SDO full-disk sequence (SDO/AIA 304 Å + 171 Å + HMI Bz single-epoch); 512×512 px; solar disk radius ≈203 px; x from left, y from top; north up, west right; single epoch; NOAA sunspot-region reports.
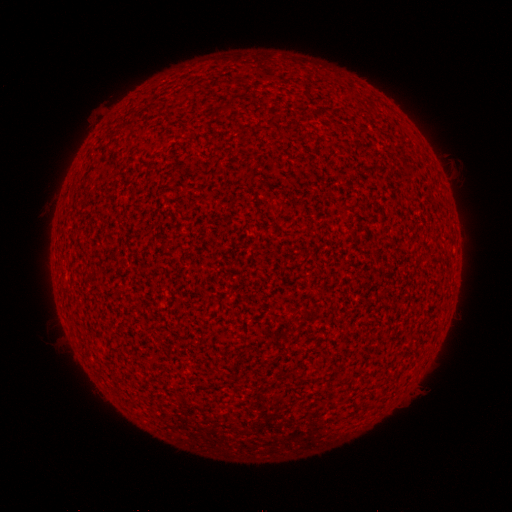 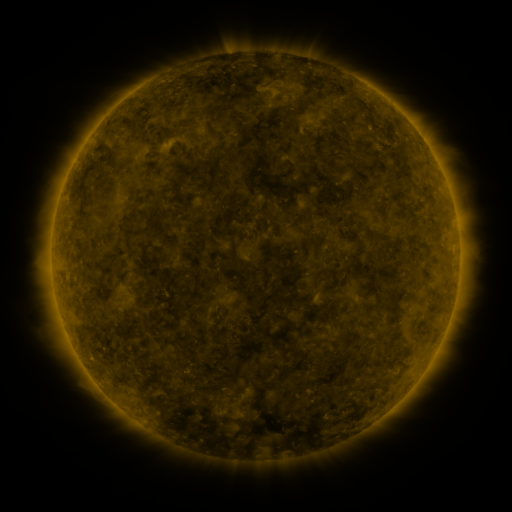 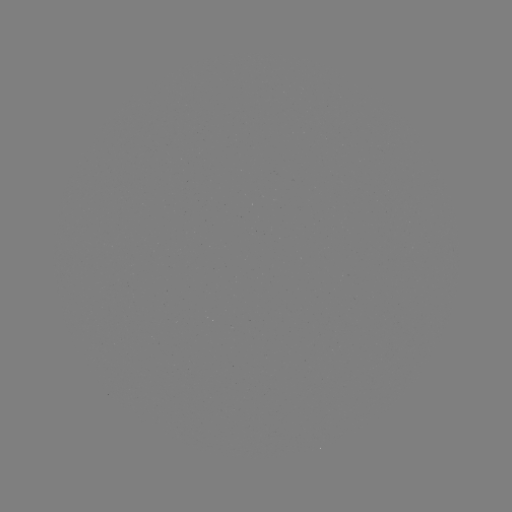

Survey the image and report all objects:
(none)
